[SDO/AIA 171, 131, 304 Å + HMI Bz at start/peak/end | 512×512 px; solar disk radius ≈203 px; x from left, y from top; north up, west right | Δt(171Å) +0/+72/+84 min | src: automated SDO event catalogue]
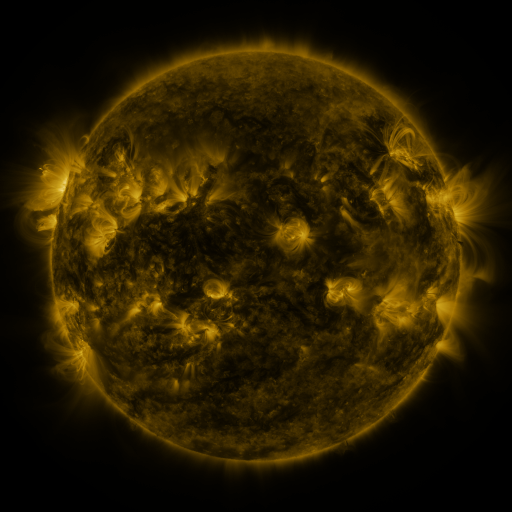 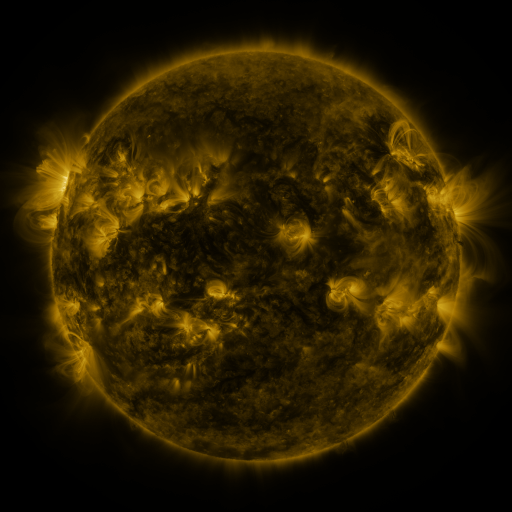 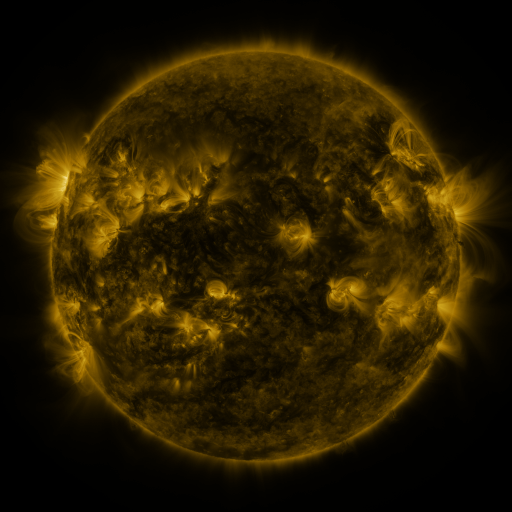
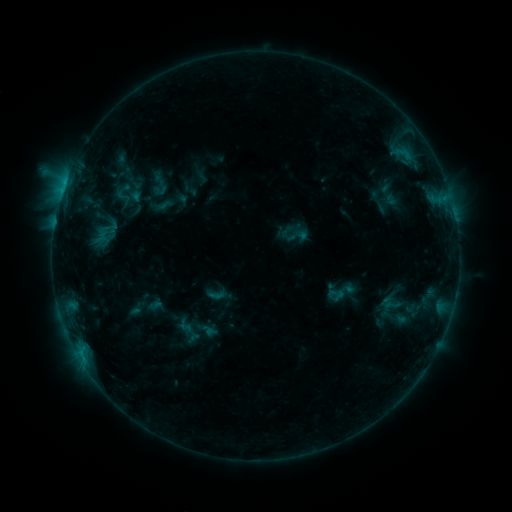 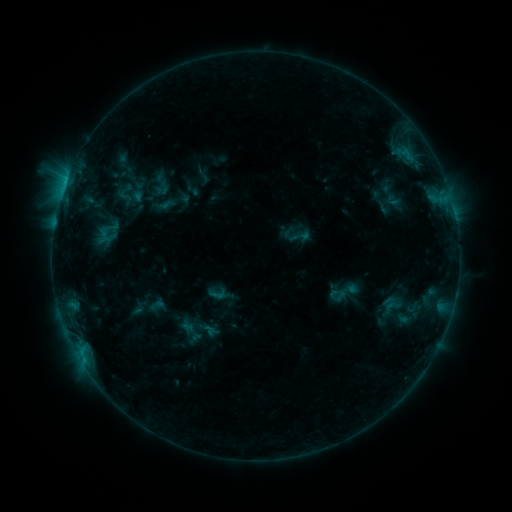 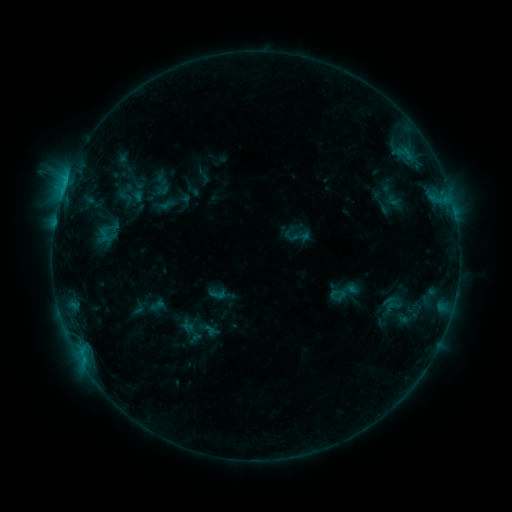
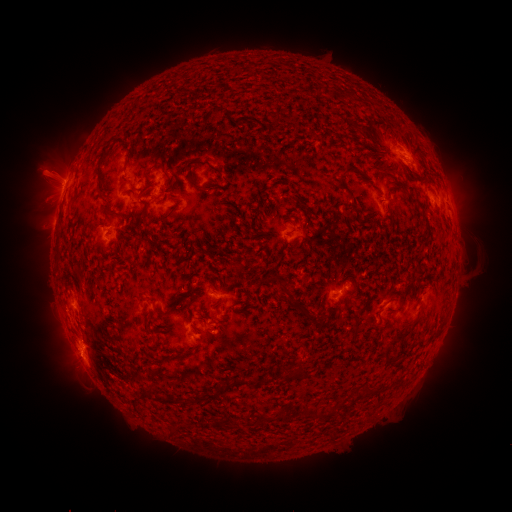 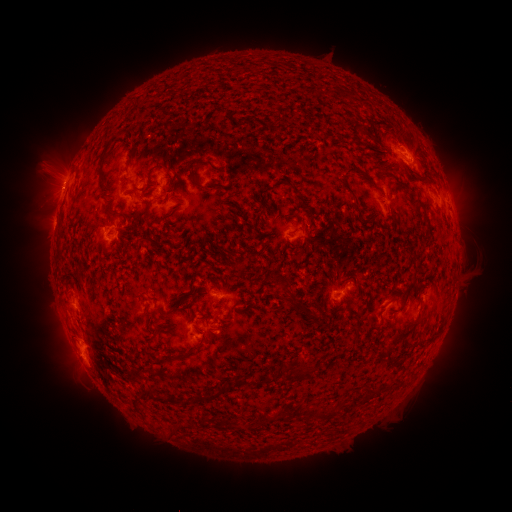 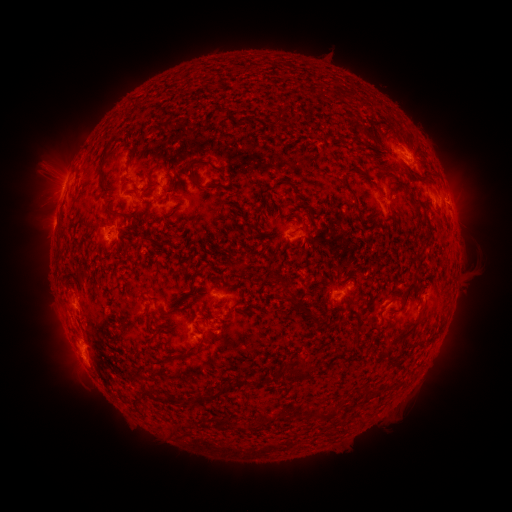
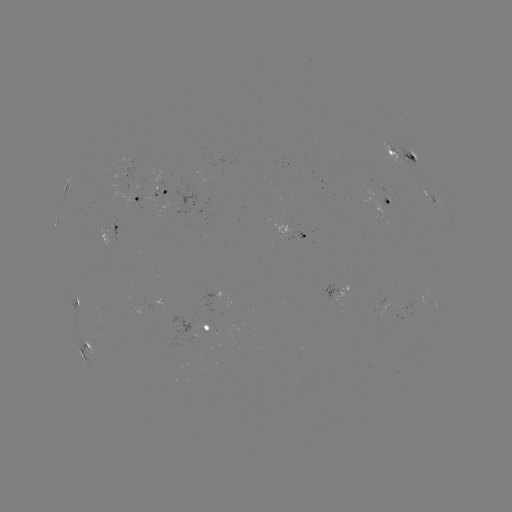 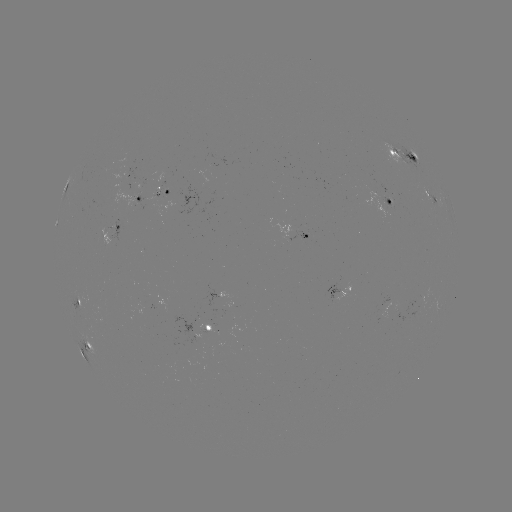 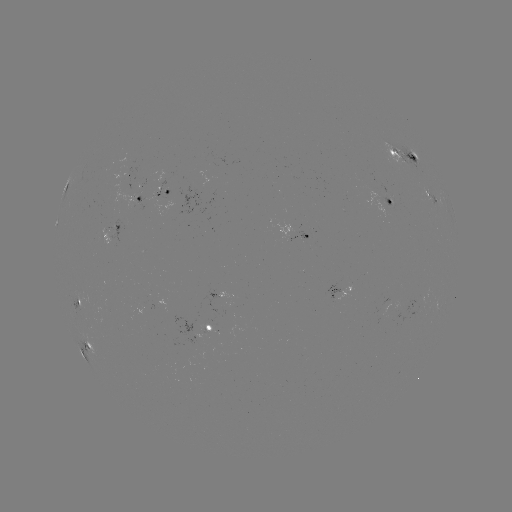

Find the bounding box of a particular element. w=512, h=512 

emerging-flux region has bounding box [382, 296, 397, 310].